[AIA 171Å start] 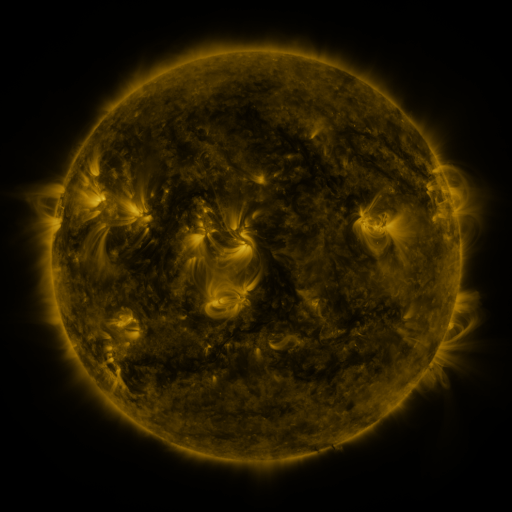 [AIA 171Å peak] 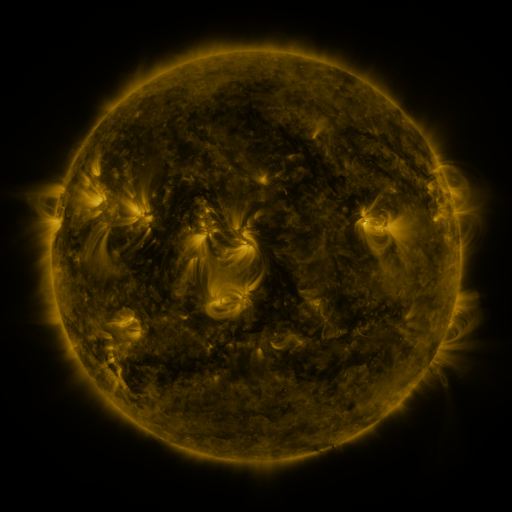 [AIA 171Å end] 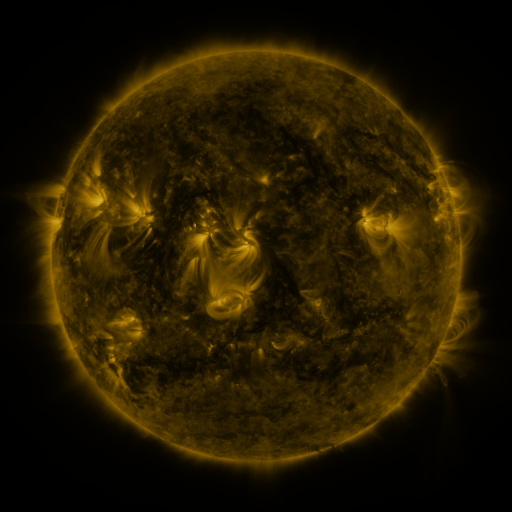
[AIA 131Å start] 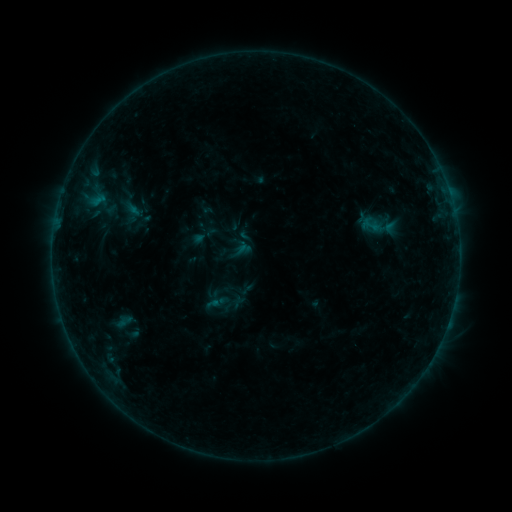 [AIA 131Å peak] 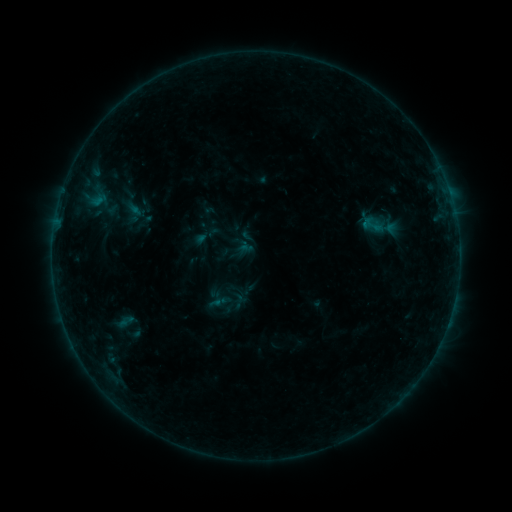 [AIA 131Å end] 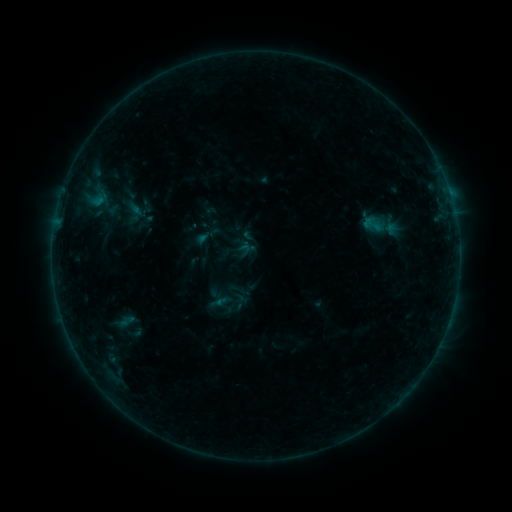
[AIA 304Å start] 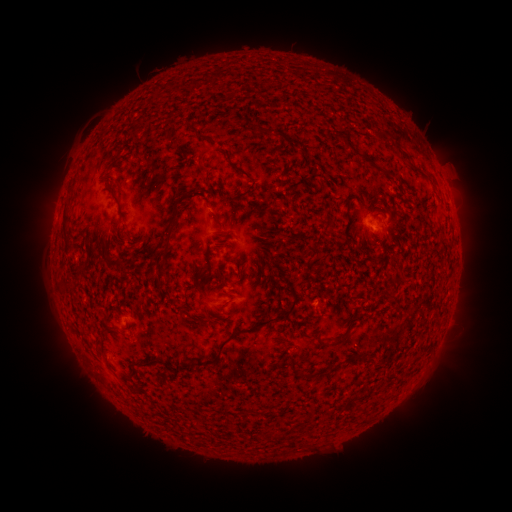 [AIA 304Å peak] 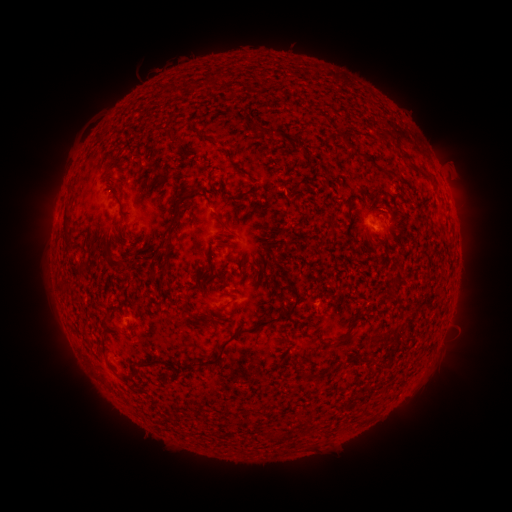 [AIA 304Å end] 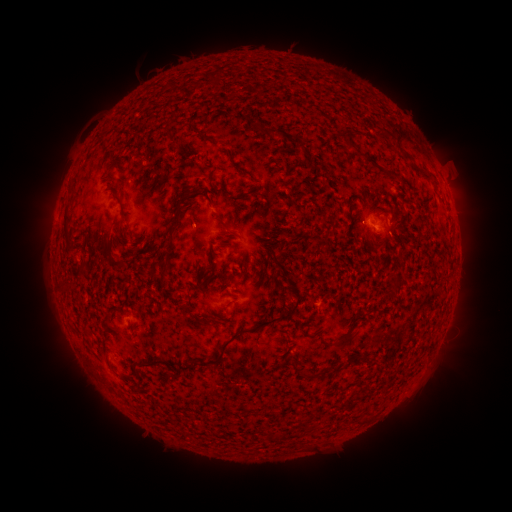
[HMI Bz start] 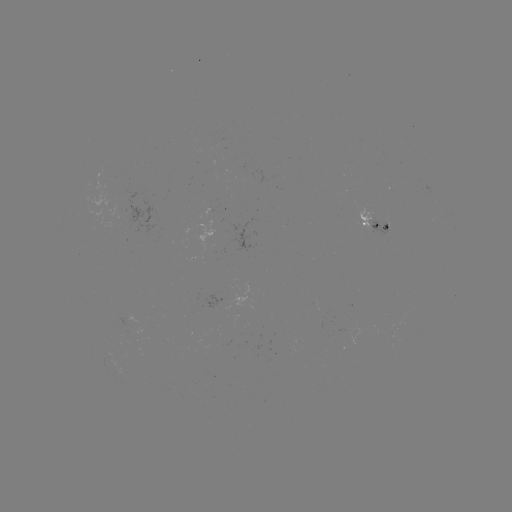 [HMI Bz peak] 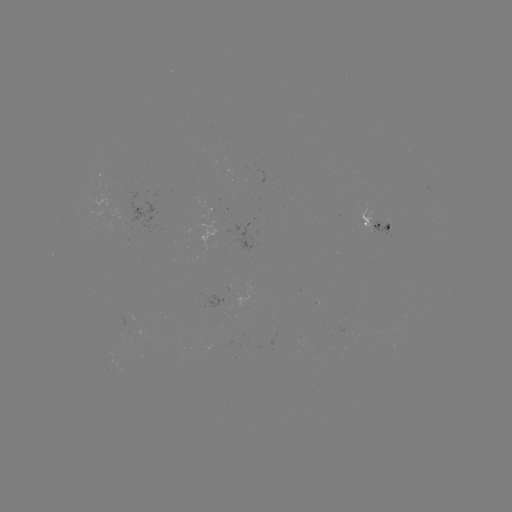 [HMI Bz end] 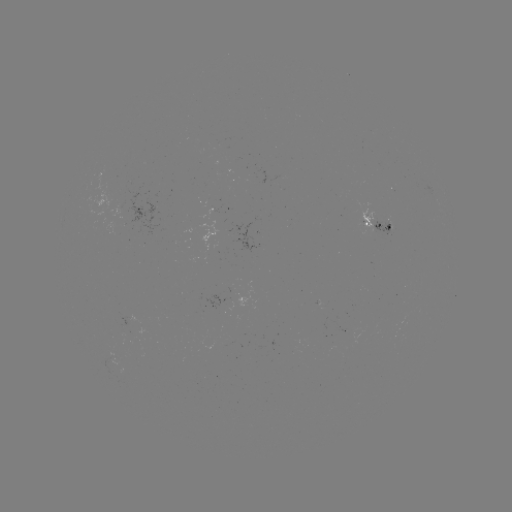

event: emerging-flux region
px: (117, 208)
